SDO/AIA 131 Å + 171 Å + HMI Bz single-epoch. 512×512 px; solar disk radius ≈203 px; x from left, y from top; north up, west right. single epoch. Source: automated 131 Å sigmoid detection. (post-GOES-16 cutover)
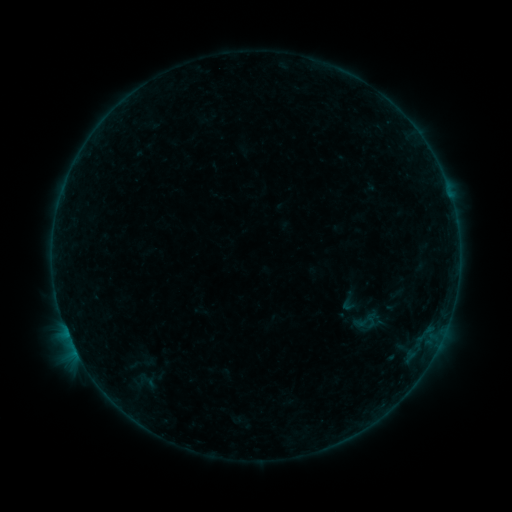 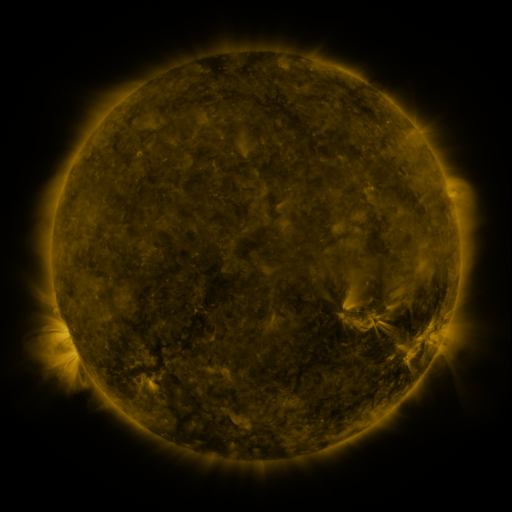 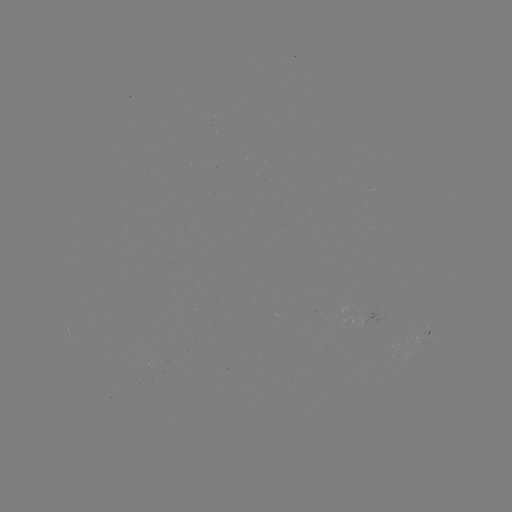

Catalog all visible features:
sigmoid: [338, 289, 363, 314]
sigmoid: [364, 312, 378, 327]
